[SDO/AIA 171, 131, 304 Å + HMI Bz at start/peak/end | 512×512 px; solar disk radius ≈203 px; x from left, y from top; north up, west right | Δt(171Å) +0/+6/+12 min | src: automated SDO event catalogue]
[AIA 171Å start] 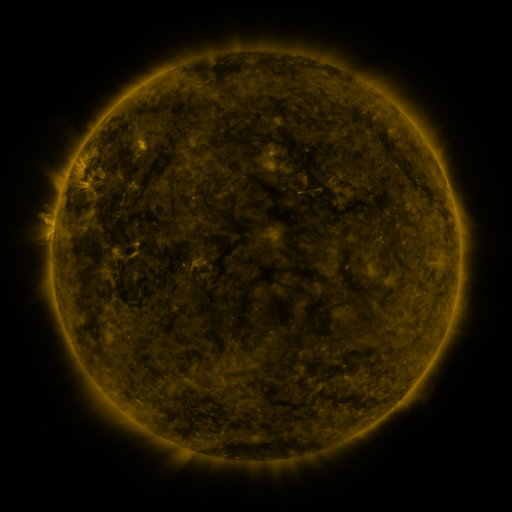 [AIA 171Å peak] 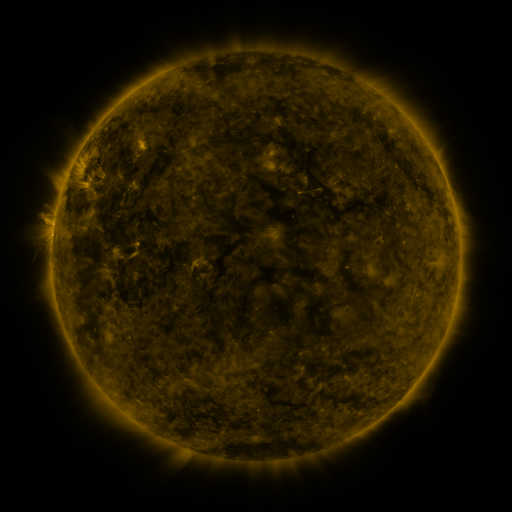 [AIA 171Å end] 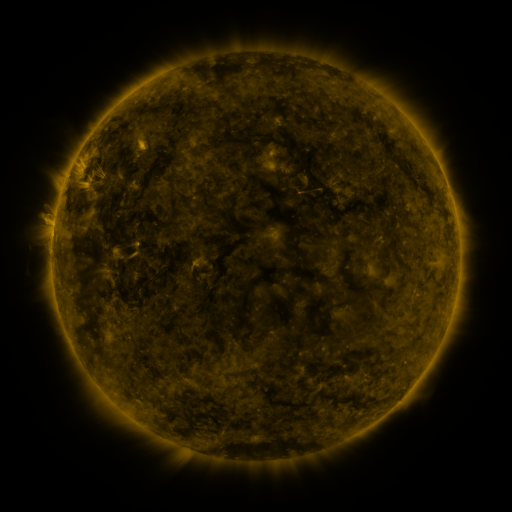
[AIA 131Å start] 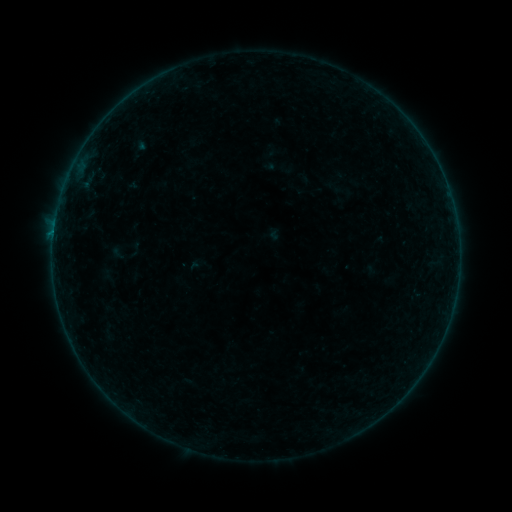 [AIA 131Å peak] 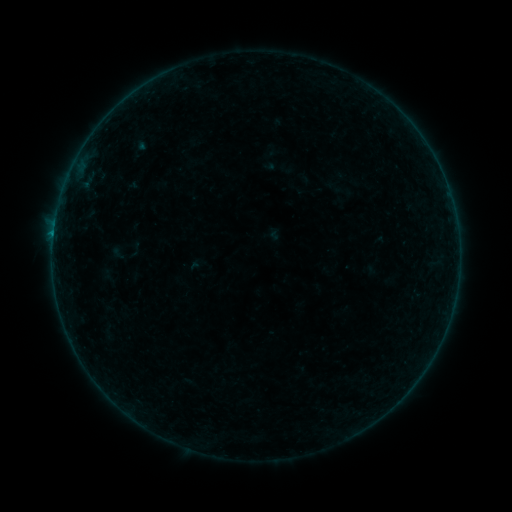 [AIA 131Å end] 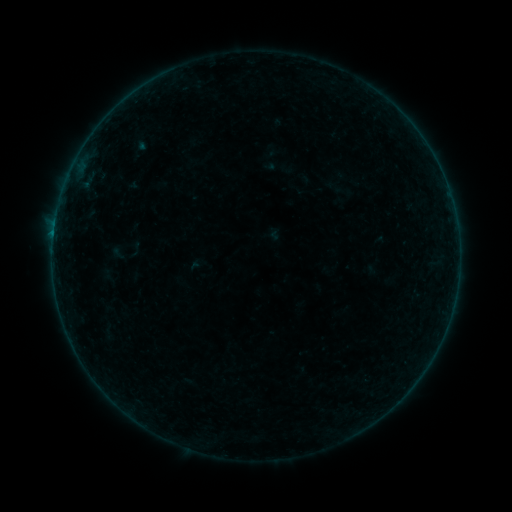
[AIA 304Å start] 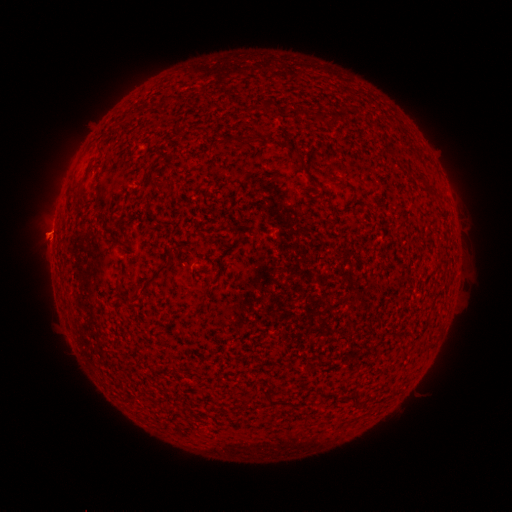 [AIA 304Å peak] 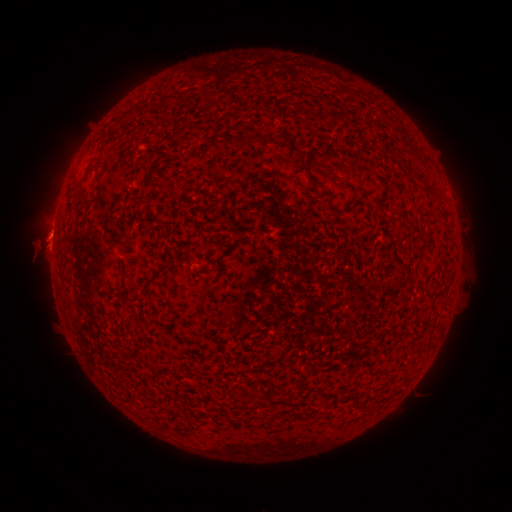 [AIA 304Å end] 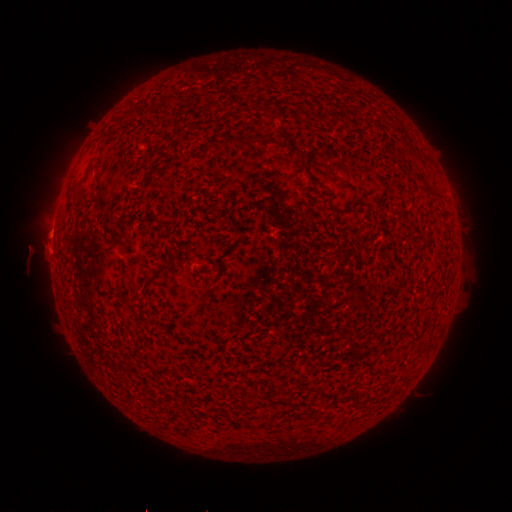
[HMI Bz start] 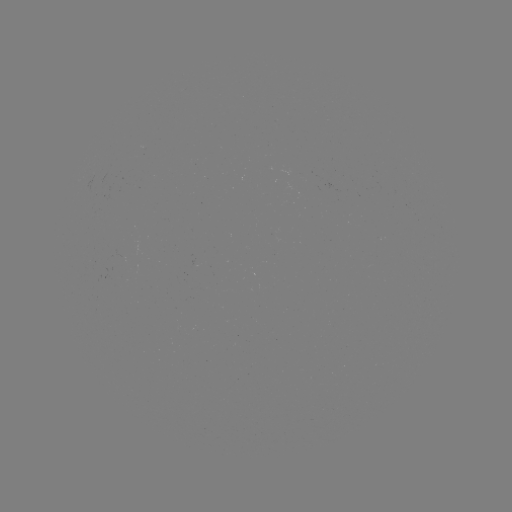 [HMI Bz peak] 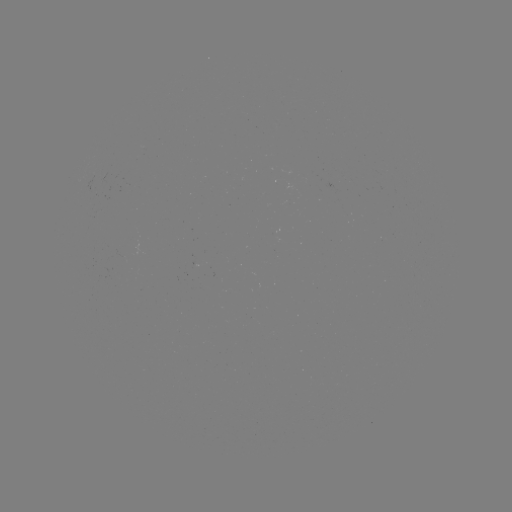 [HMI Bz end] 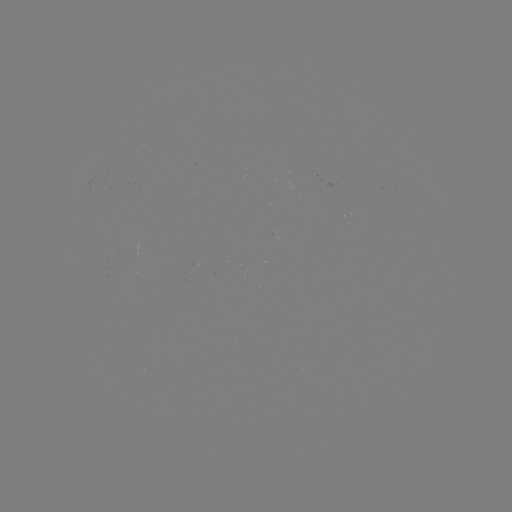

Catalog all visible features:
eruption: (47, 242)
